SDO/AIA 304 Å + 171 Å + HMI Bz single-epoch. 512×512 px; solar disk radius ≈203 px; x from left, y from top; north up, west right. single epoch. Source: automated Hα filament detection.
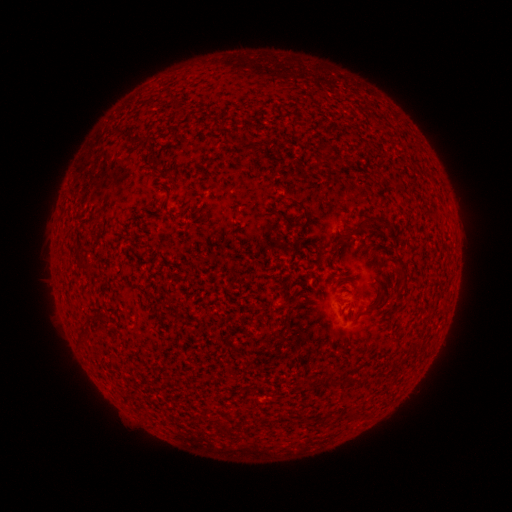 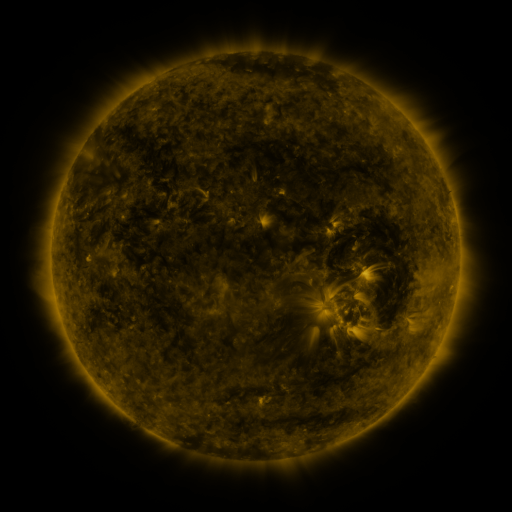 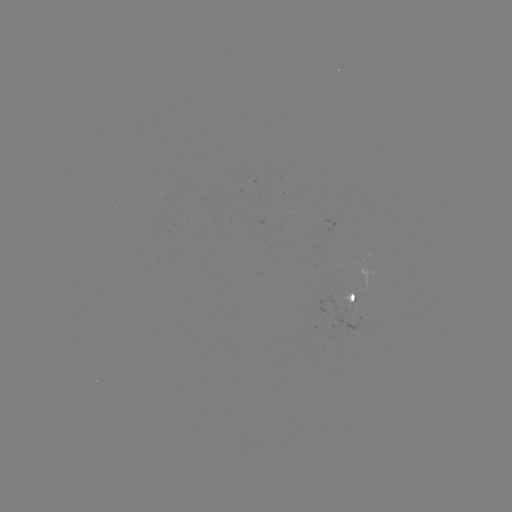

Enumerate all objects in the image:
filament: (176, 106)
filament: (246, 146)
filament: (170, 178)
filament: (304, 208)
filament: (354, 231)
filament: (84, 267)
filament: (375, 305)
filament: (104, 319)
